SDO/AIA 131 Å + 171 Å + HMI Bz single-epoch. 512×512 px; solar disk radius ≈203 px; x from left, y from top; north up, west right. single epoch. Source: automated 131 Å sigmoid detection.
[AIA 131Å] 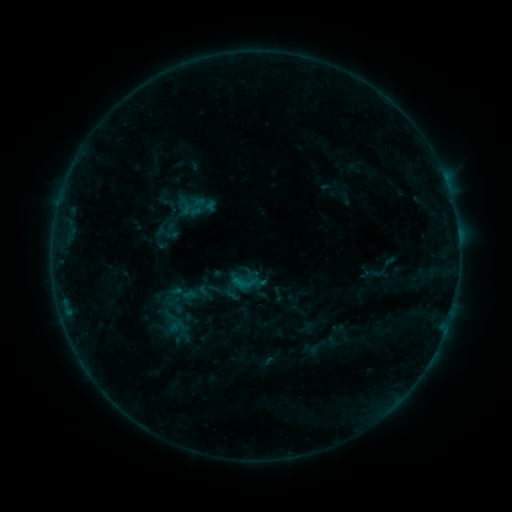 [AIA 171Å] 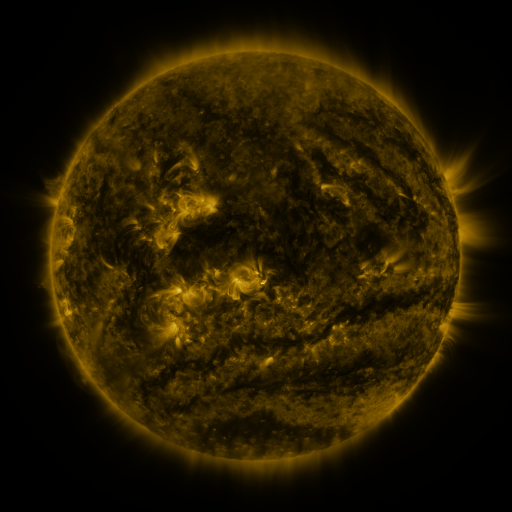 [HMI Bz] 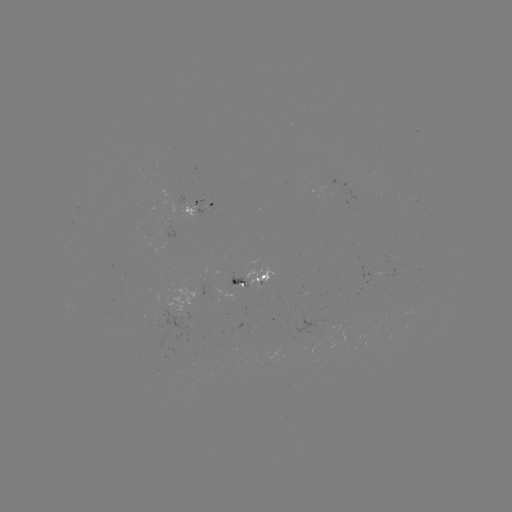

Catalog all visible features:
sigmoid: [155, 221, 179, 245]
sigmoid: [165, 278, 202, 308]
